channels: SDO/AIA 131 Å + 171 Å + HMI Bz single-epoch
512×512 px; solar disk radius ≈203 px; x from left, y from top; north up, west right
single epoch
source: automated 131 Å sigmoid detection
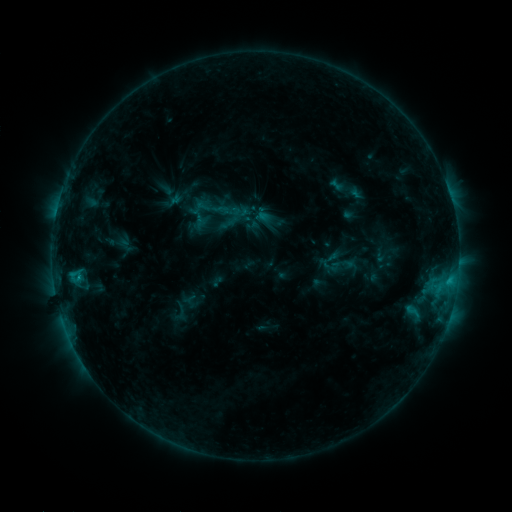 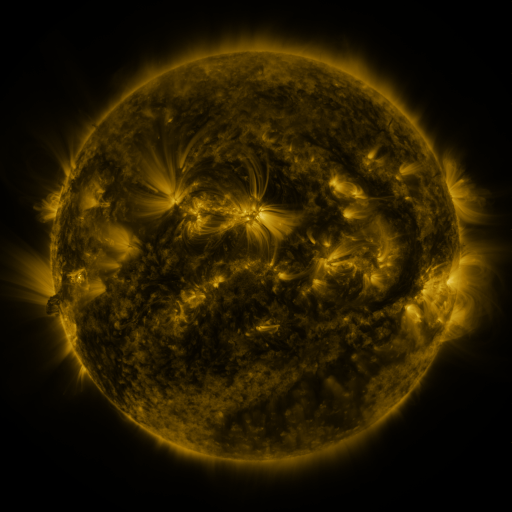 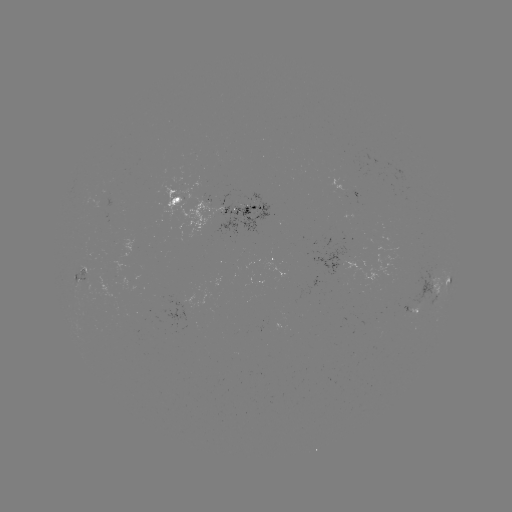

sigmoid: [231, 203, 248, 220]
